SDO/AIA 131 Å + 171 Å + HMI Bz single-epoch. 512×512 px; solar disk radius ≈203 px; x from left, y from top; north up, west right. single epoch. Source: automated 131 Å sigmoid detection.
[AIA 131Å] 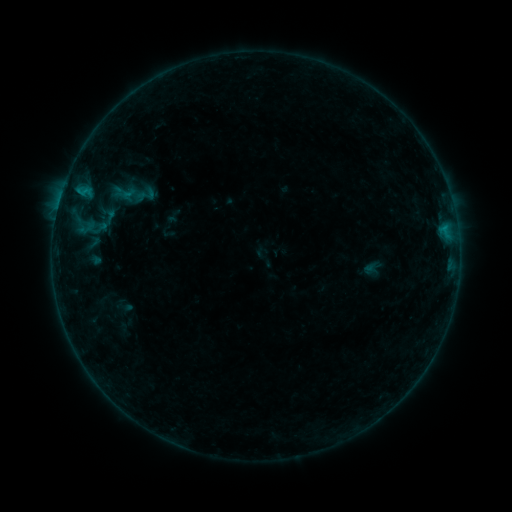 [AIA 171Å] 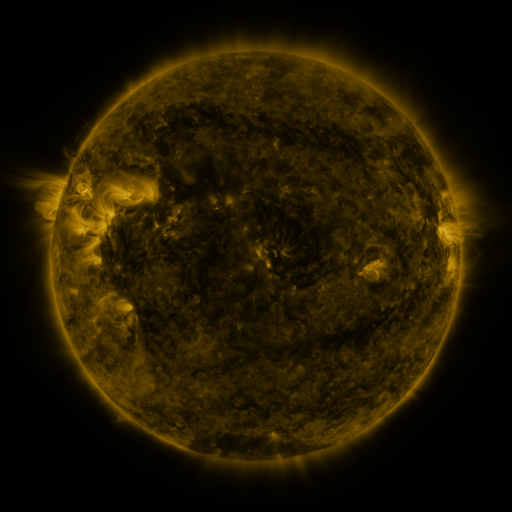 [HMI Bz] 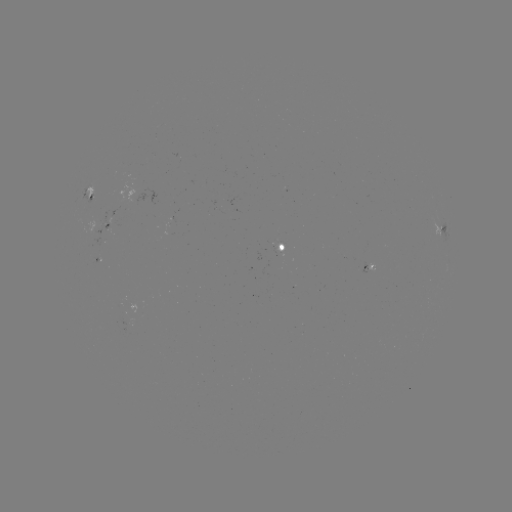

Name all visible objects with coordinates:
sigmoid: (93, 242)
